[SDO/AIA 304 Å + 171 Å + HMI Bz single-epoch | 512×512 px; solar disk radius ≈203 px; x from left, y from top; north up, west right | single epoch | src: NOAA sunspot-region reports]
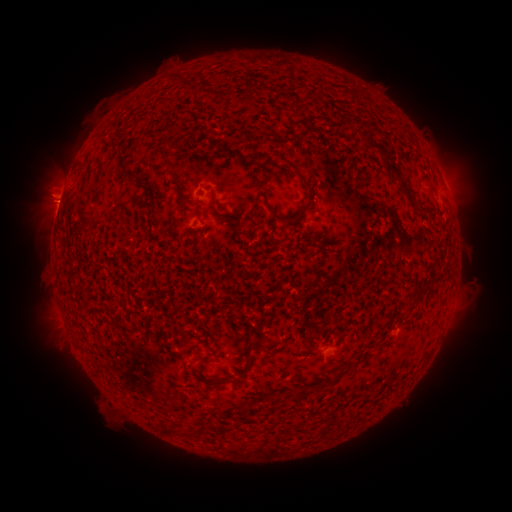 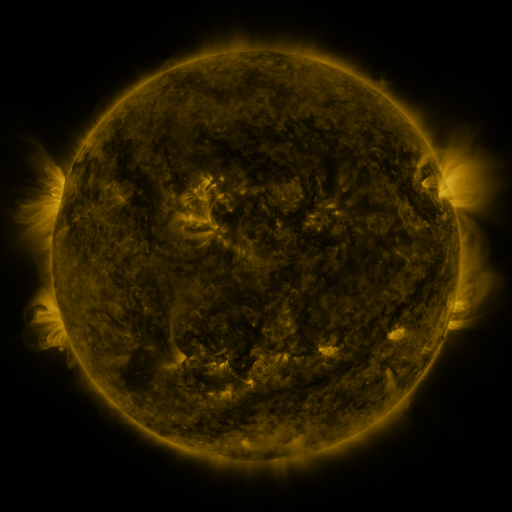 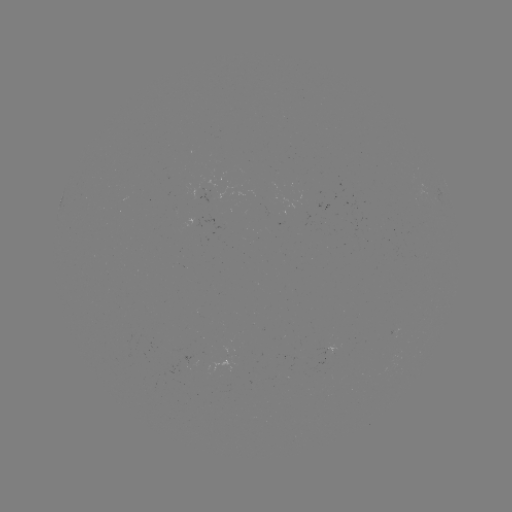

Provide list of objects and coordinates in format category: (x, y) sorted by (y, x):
(none)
